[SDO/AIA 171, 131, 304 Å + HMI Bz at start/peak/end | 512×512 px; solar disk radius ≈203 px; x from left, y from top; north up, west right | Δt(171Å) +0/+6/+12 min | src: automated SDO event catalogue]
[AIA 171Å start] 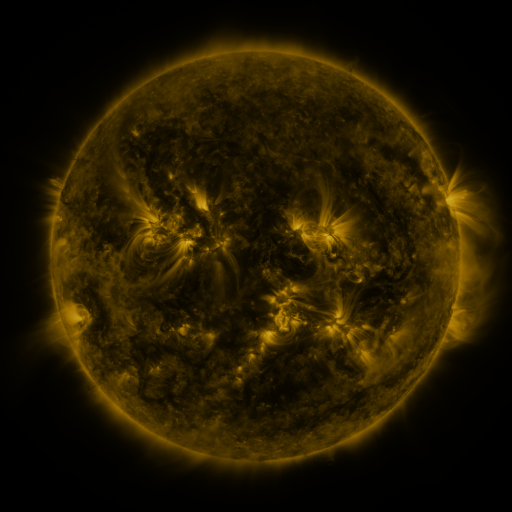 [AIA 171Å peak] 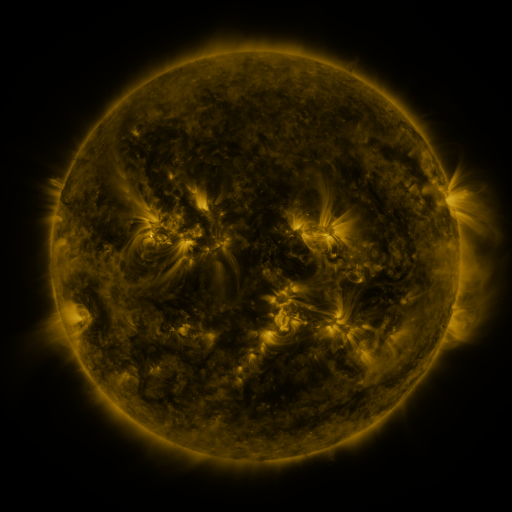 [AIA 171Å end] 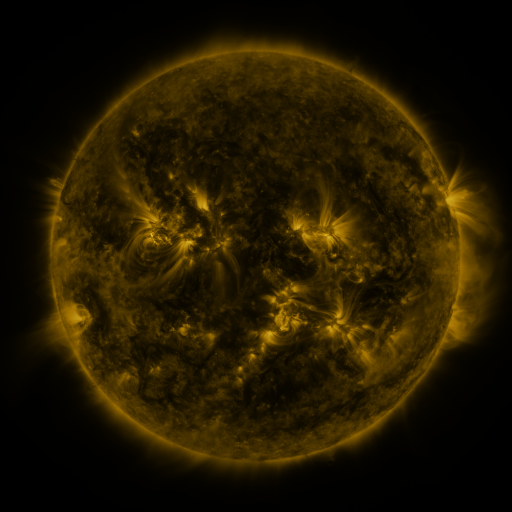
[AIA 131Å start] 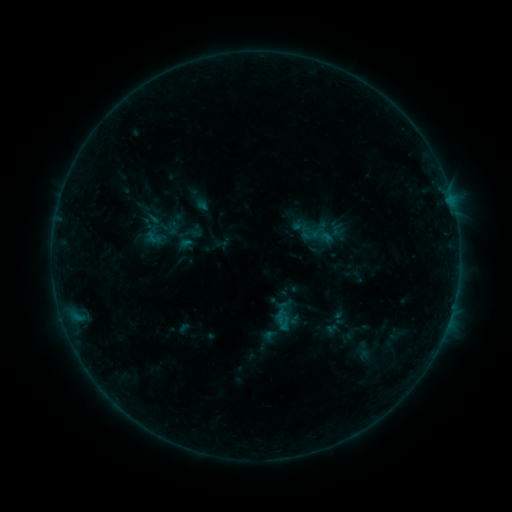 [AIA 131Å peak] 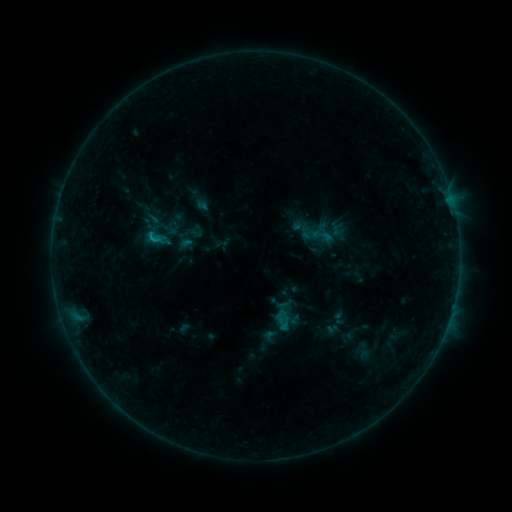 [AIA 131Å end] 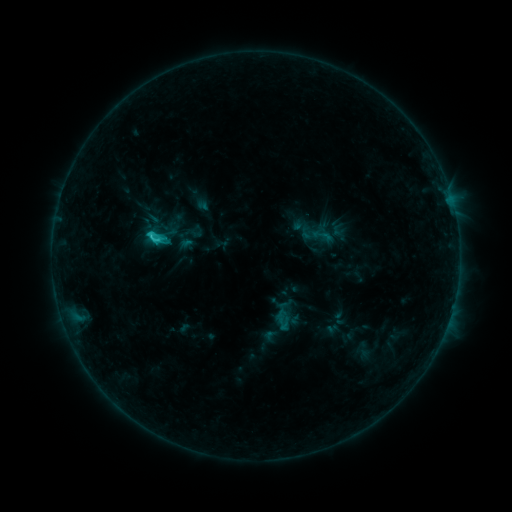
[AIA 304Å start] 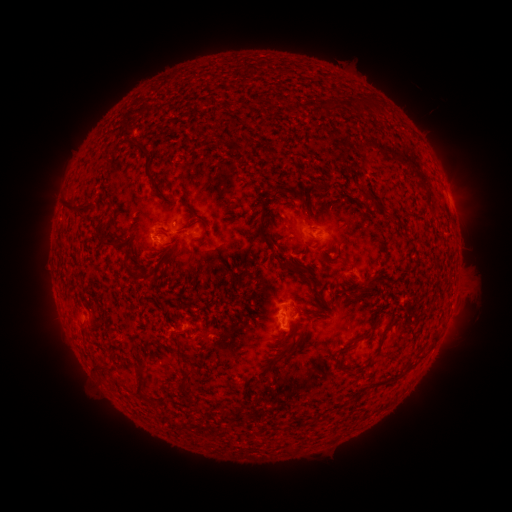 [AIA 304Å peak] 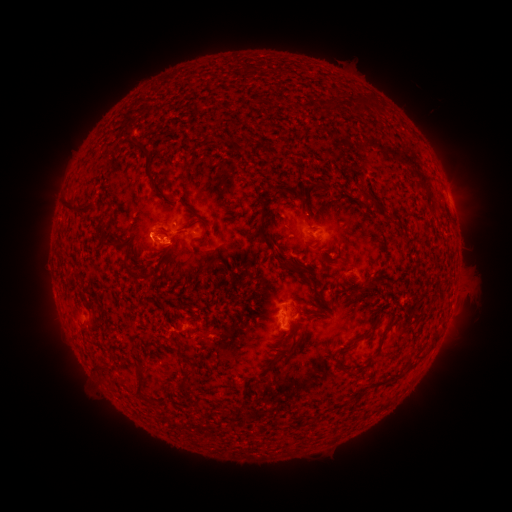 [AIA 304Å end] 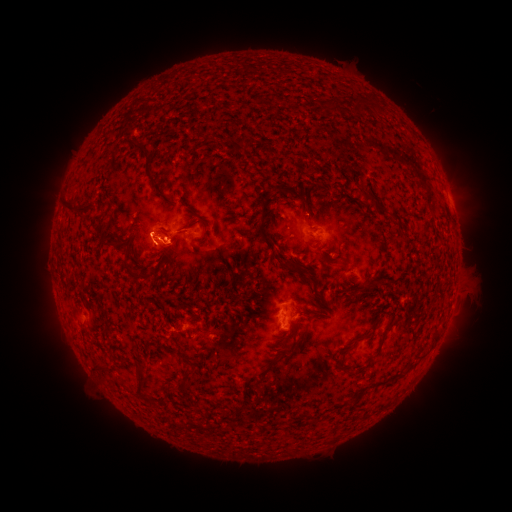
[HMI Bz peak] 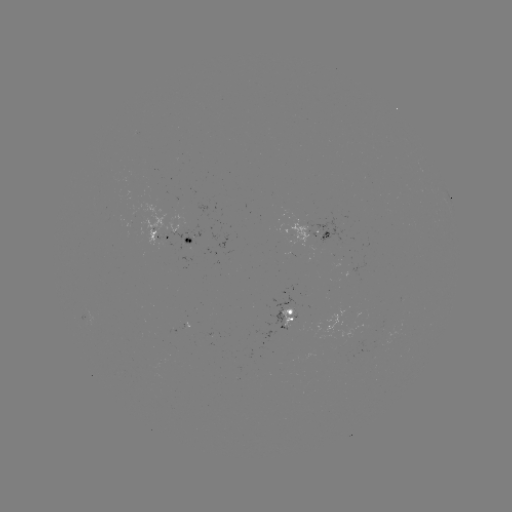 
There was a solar eruption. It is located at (169, 250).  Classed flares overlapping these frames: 1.